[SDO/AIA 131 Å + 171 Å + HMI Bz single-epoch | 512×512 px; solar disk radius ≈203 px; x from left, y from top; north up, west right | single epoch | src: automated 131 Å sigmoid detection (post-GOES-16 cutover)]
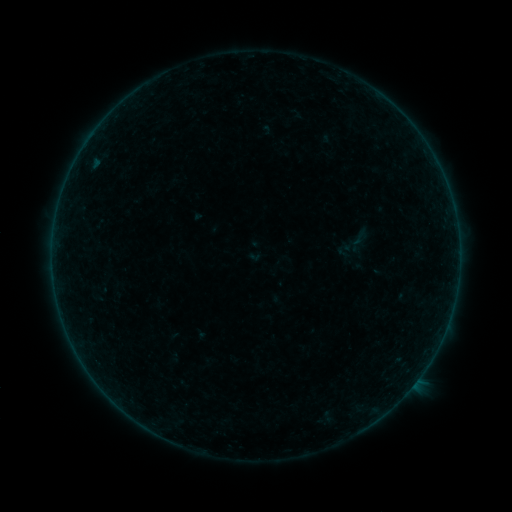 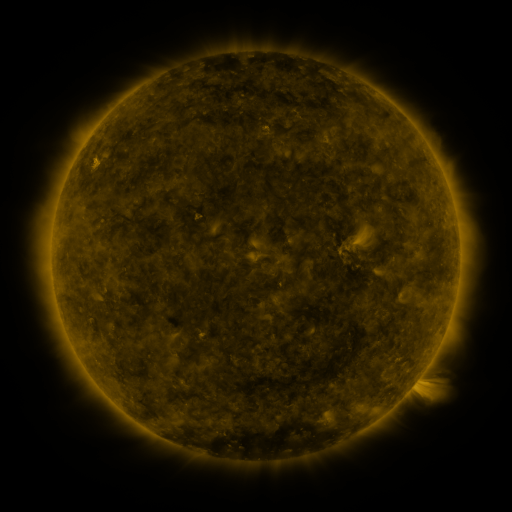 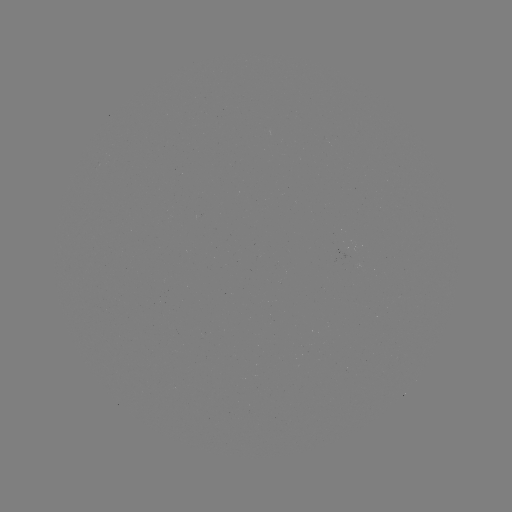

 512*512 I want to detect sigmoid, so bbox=[350, 228, 369, 248].